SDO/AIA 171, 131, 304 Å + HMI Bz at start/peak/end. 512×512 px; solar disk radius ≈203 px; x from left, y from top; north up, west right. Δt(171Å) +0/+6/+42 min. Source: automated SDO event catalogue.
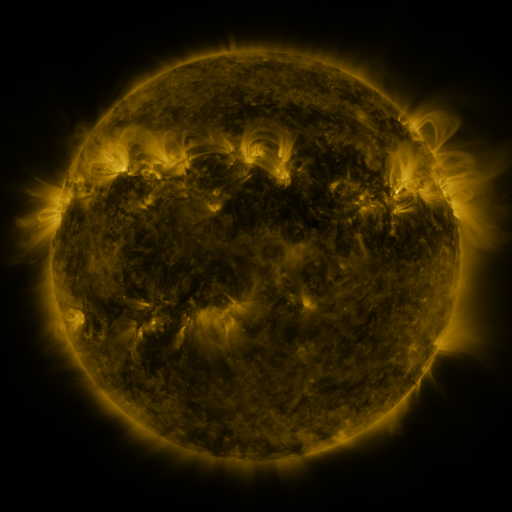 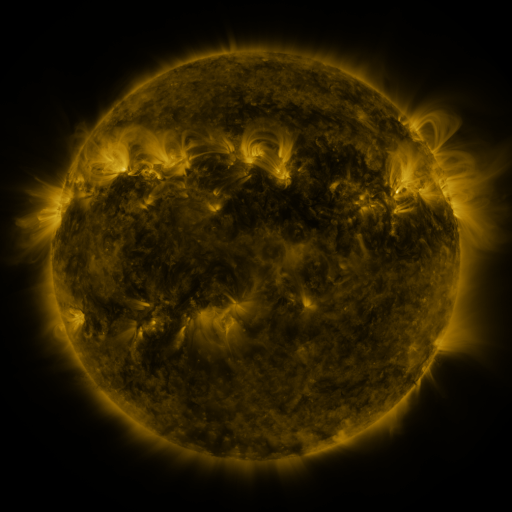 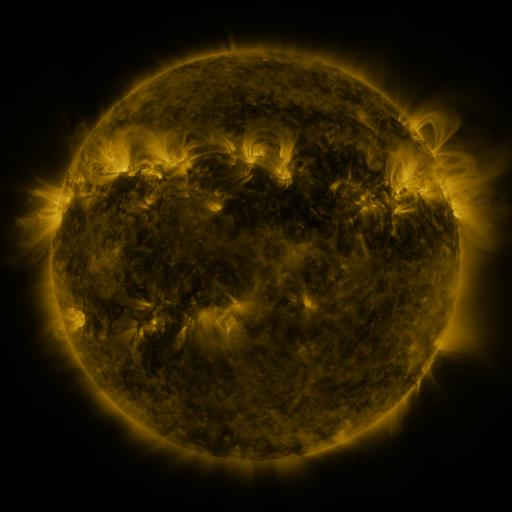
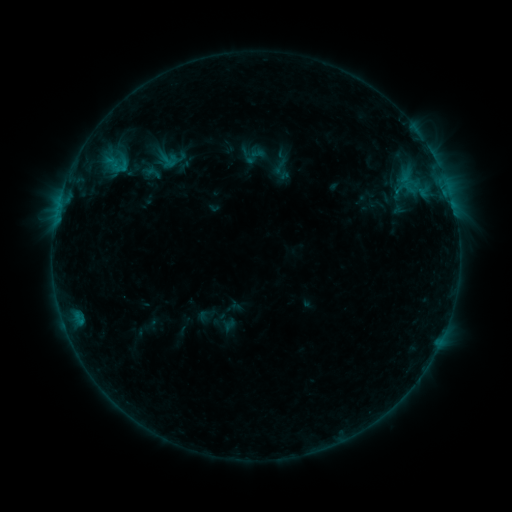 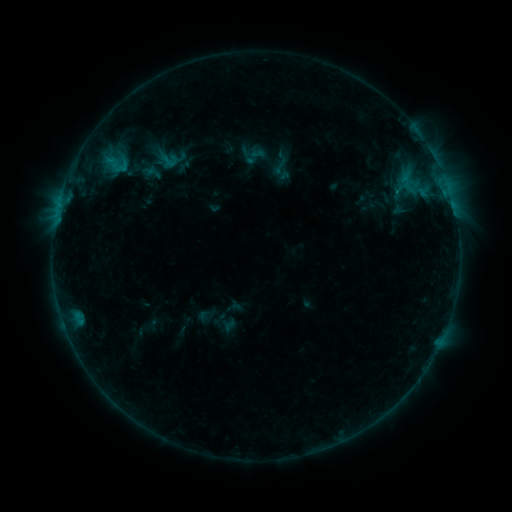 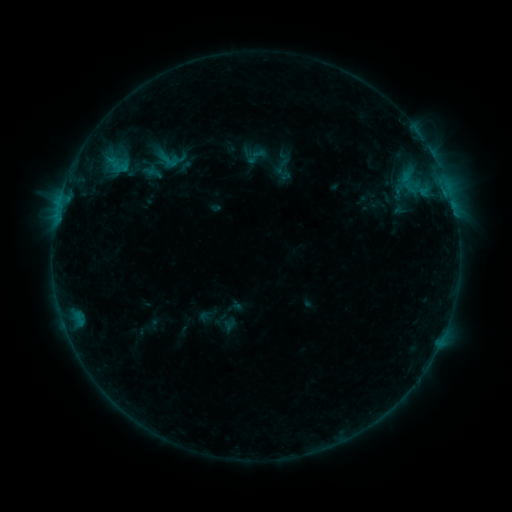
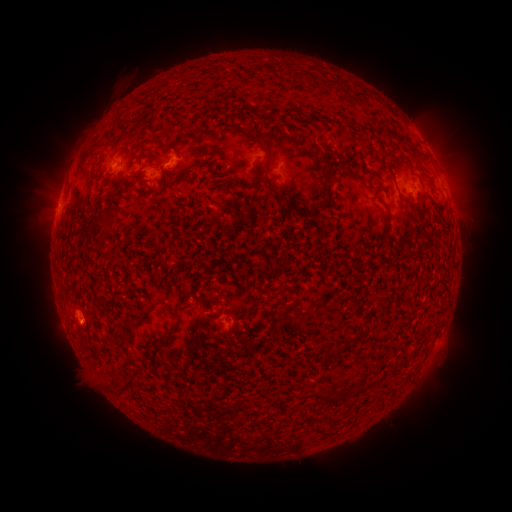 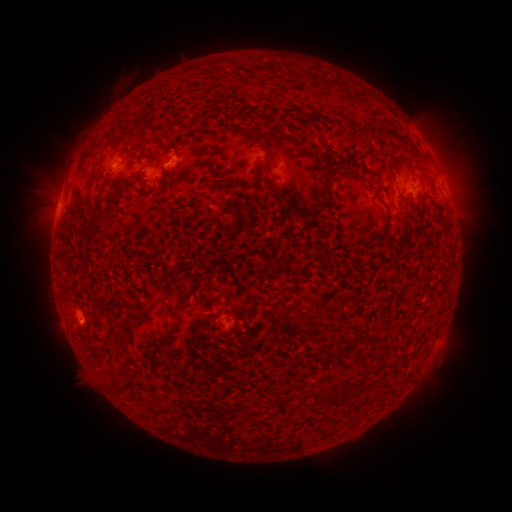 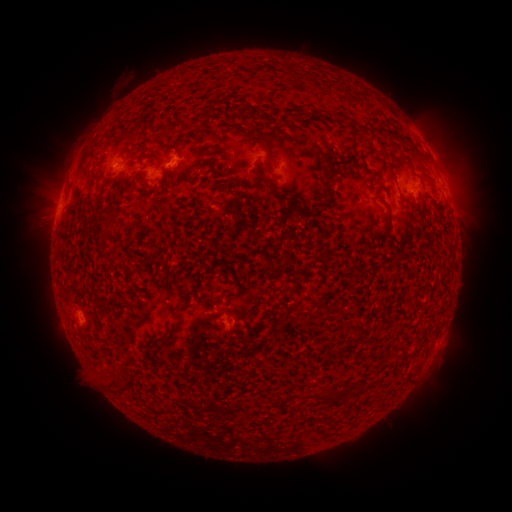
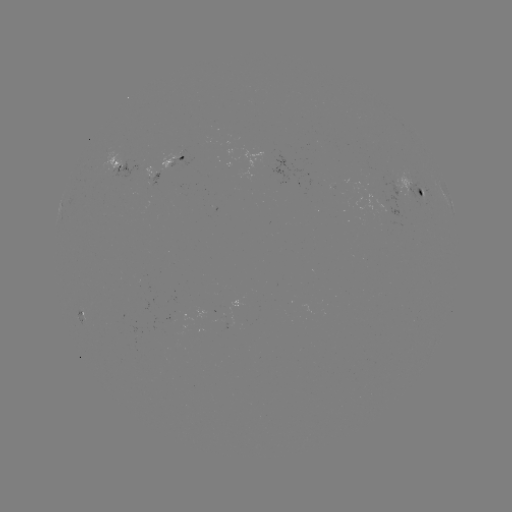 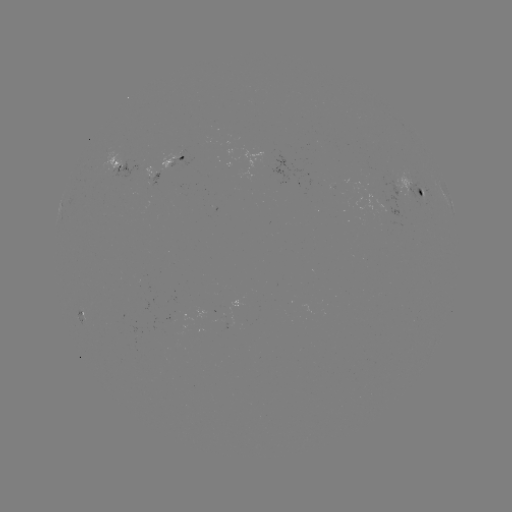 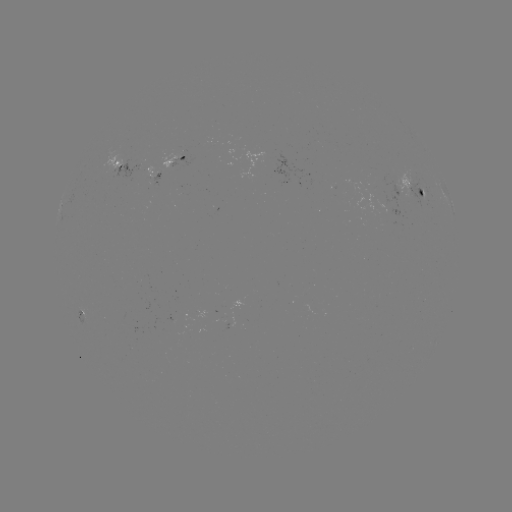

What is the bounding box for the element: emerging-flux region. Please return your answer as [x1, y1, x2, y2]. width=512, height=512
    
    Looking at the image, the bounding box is [145, 167, 154, 179].